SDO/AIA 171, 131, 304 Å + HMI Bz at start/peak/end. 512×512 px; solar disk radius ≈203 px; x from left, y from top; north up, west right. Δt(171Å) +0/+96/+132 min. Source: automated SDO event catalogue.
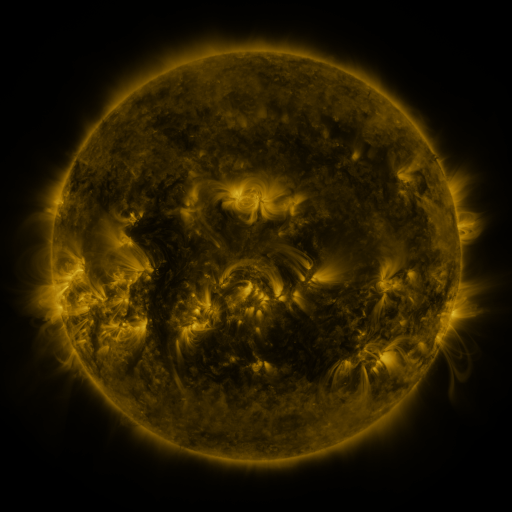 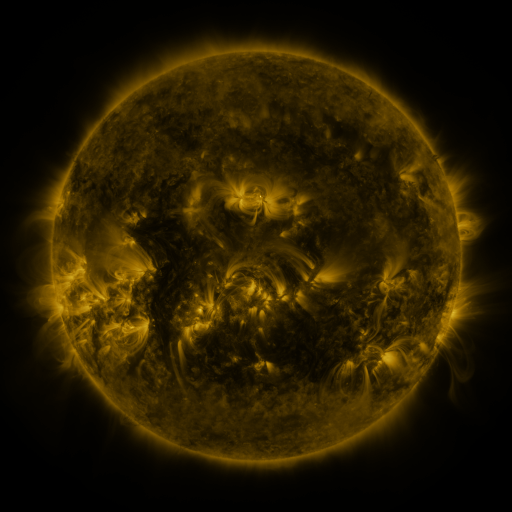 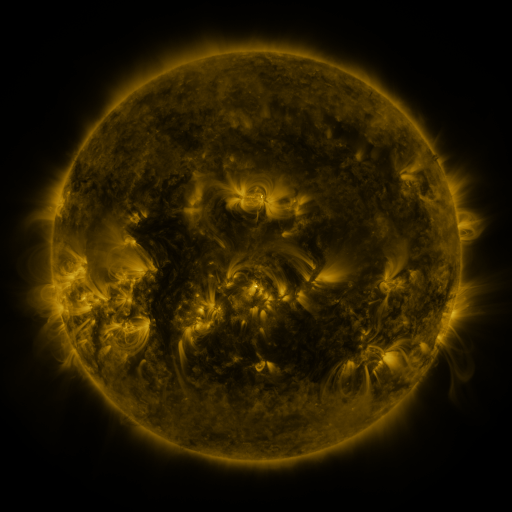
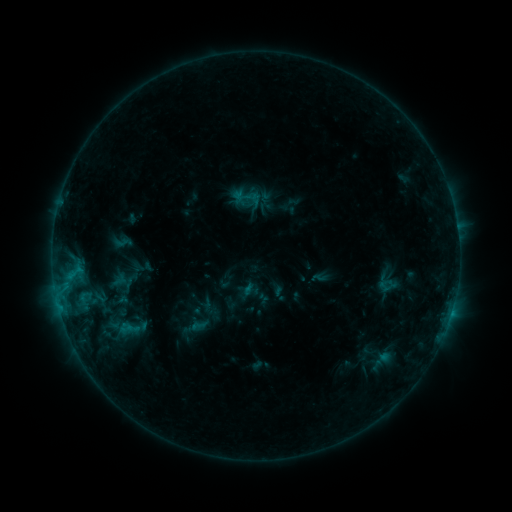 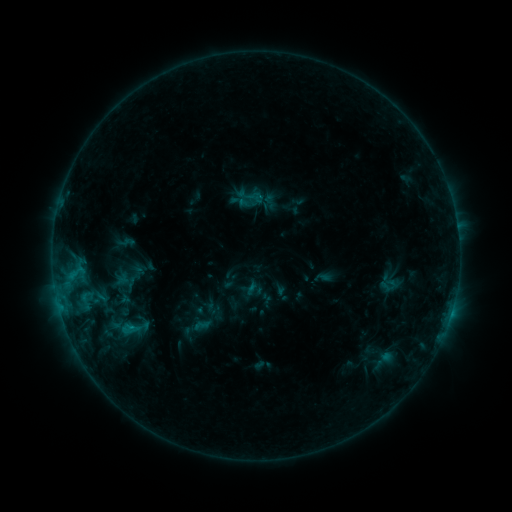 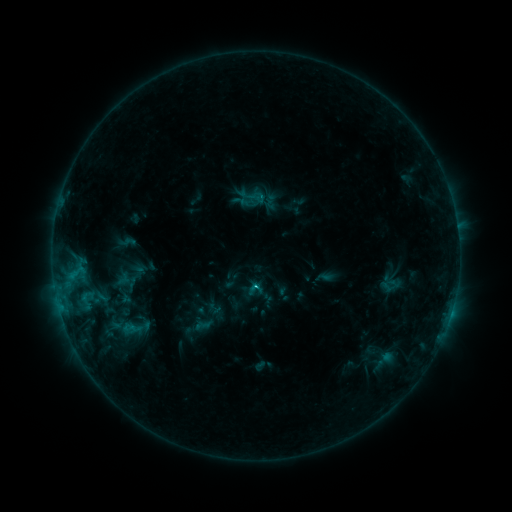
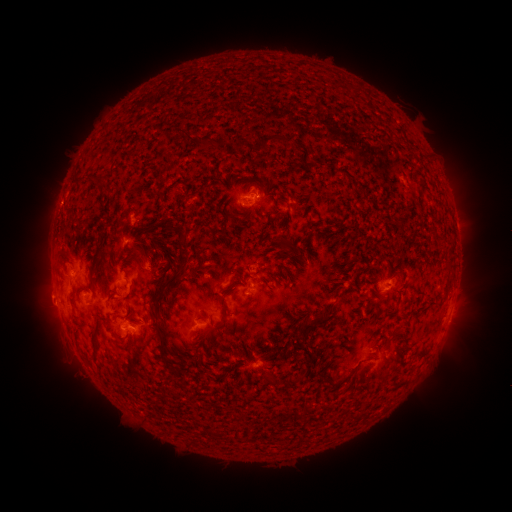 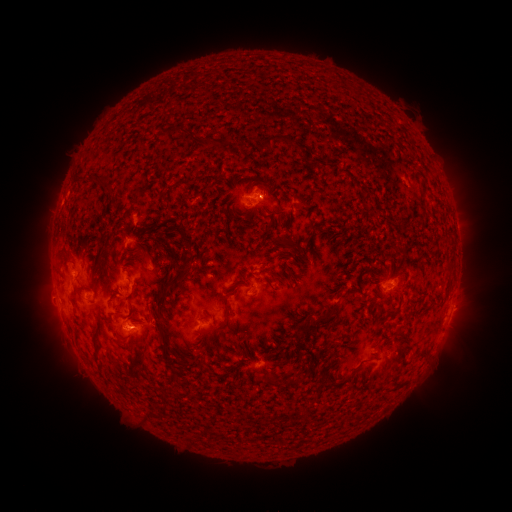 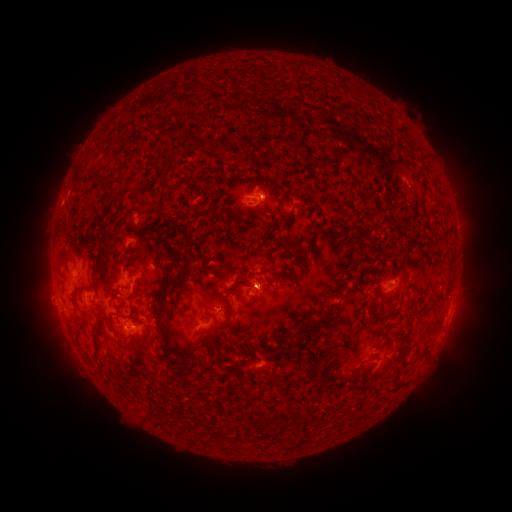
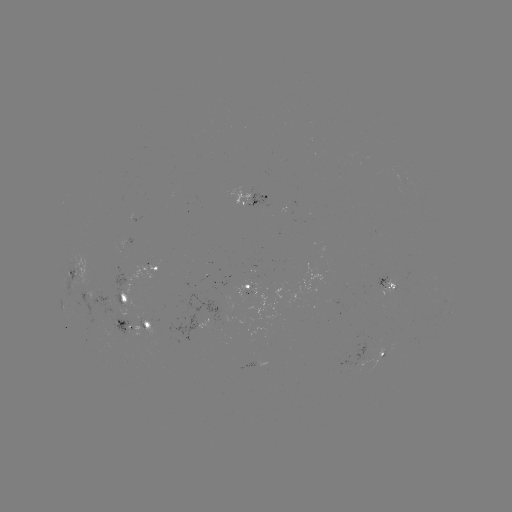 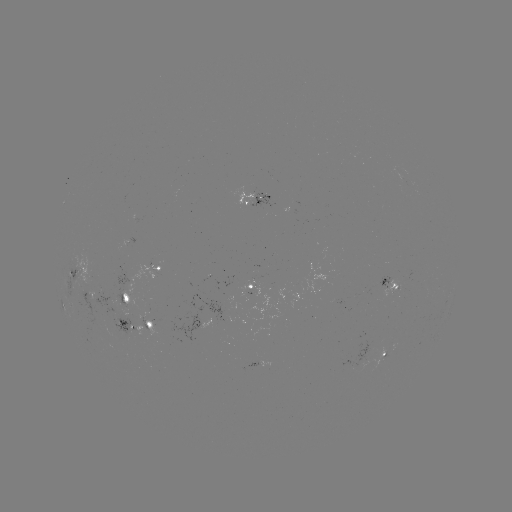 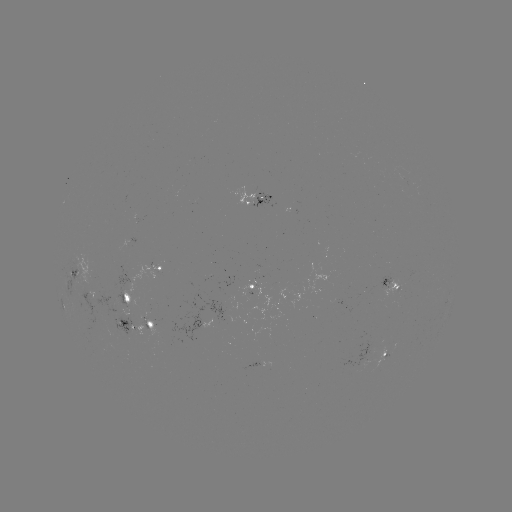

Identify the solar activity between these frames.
emerging-flux region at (94, 299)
